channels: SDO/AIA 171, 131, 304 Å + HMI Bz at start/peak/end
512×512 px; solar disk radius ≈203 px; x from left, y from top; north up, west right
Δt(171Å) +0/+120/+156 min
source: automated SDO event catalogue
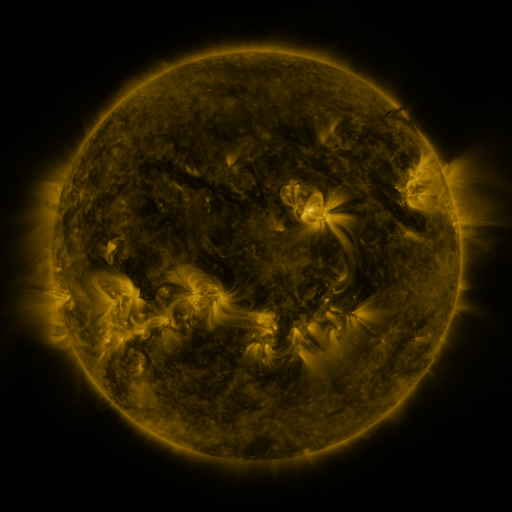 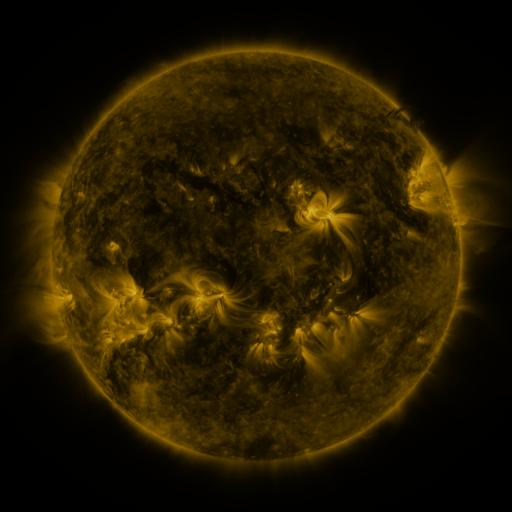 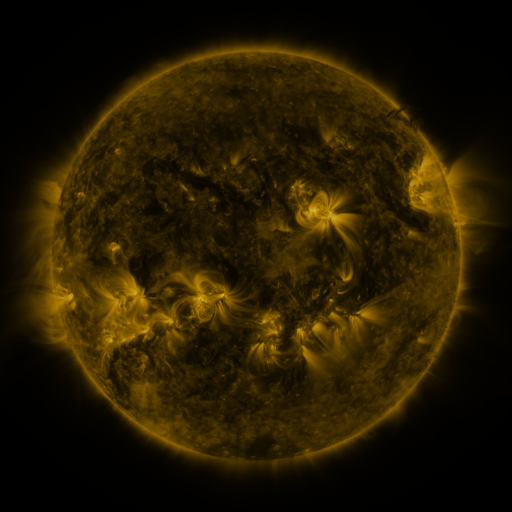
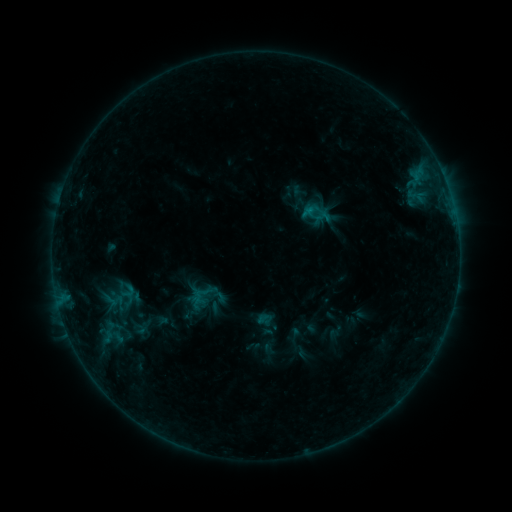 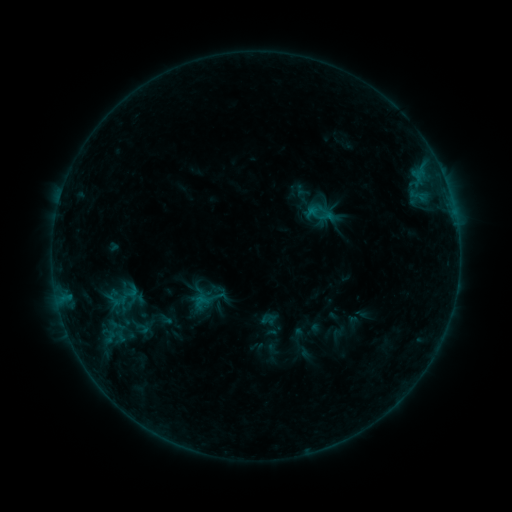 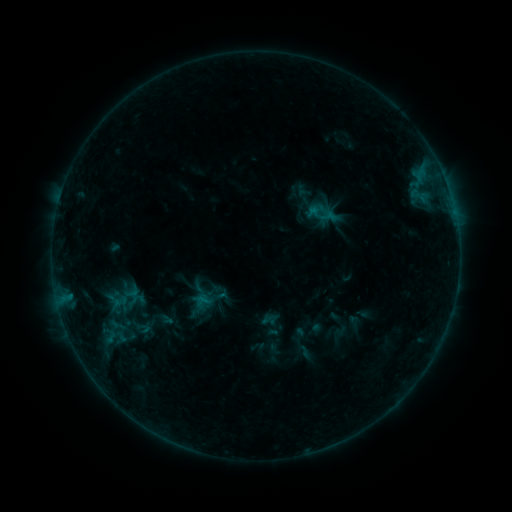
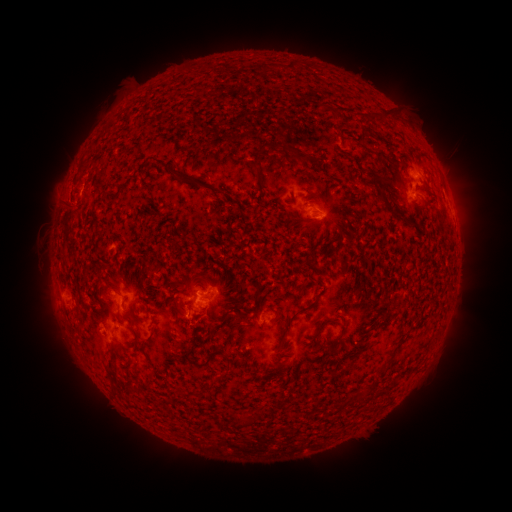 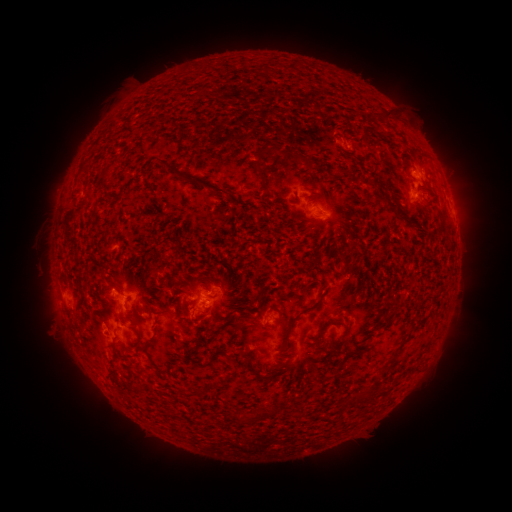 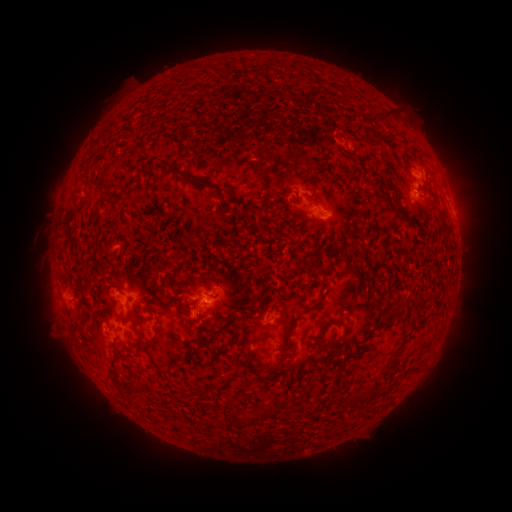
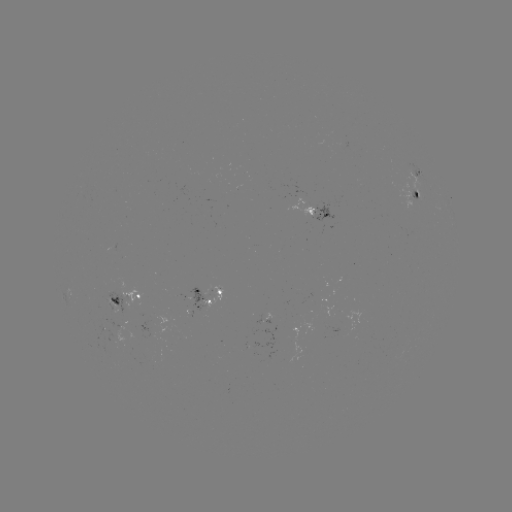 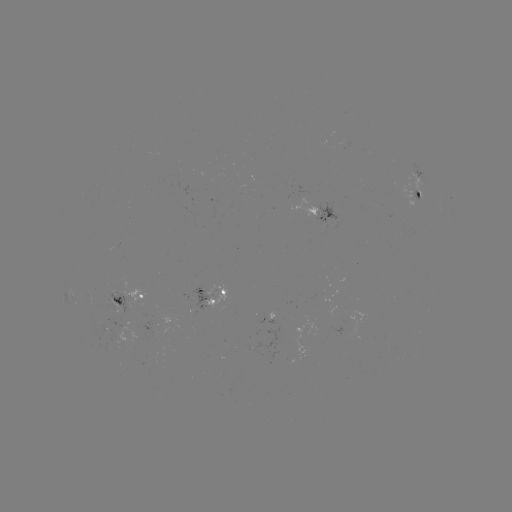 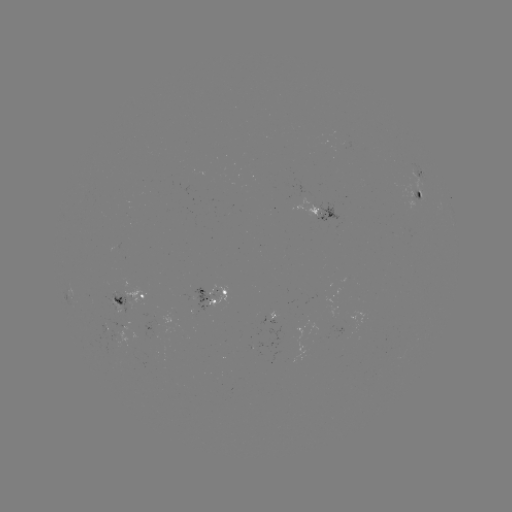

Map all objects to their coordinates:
emerging-flux region: (313, 211)
